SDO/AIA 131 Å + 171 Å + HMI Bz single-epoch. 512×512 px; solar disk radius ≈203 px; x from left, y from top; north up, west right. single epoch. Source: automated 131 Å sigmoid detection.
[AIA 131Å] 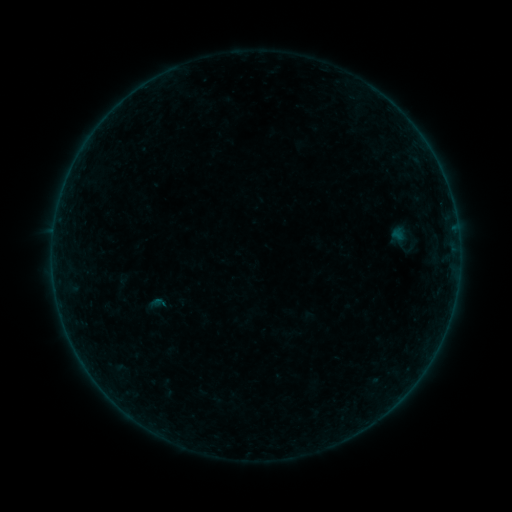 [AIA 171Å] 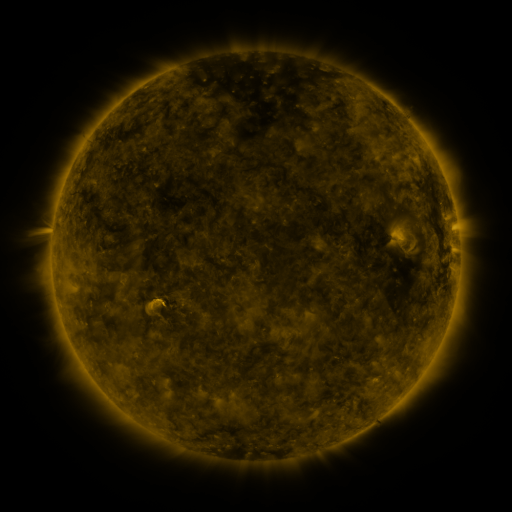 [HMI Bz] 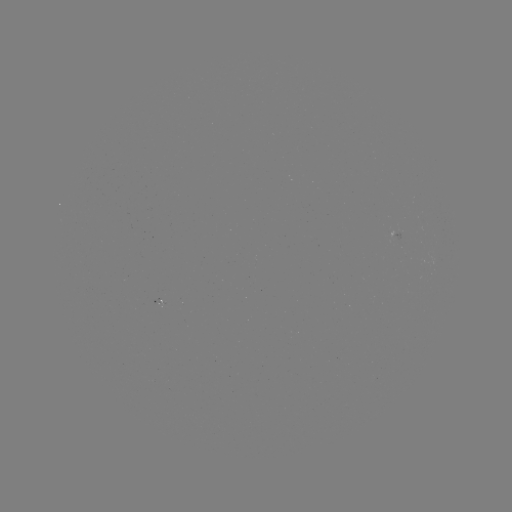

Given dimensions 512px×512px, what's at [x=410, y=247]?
sigmoid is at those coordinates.